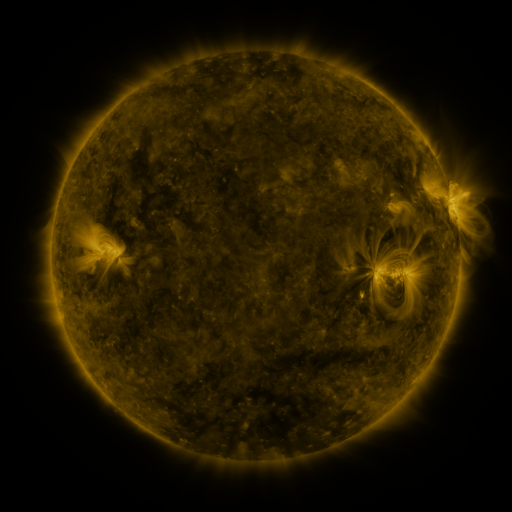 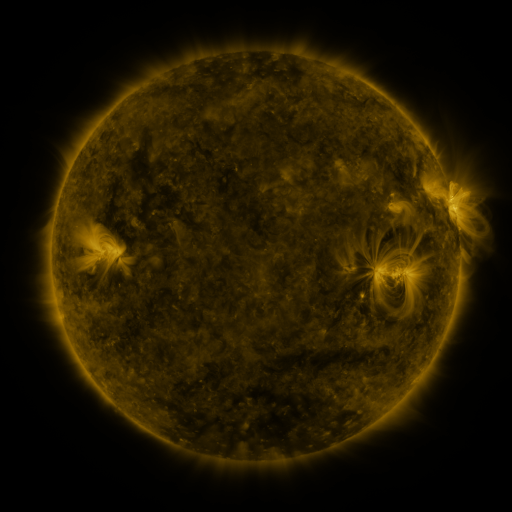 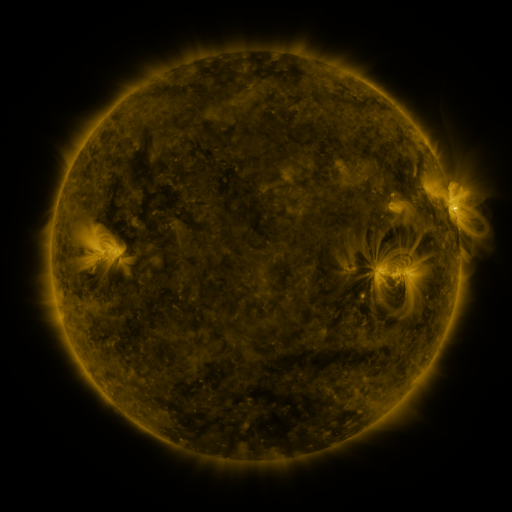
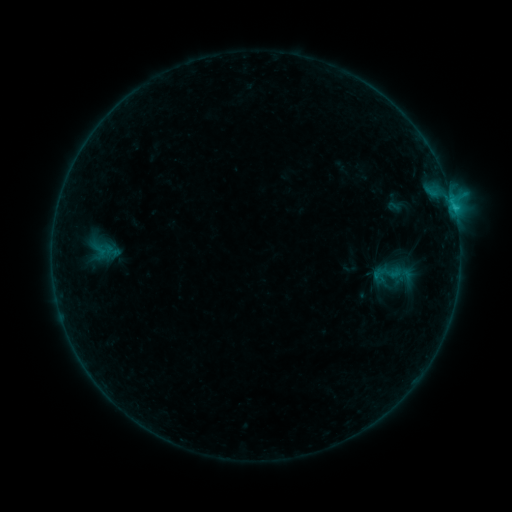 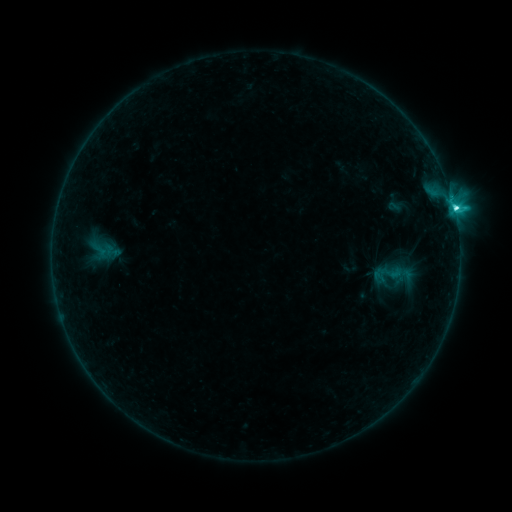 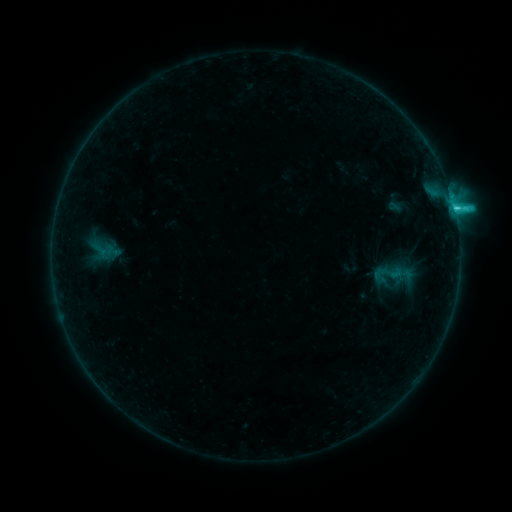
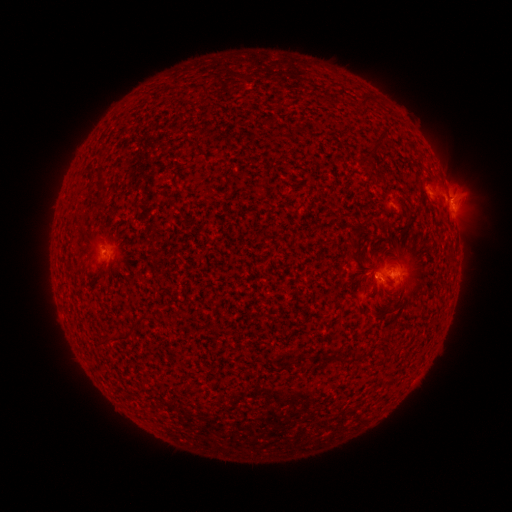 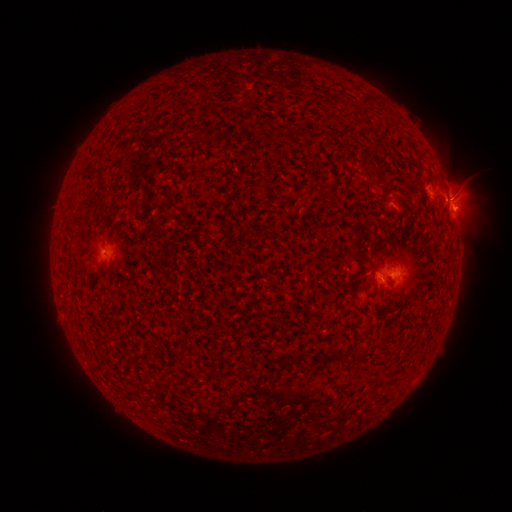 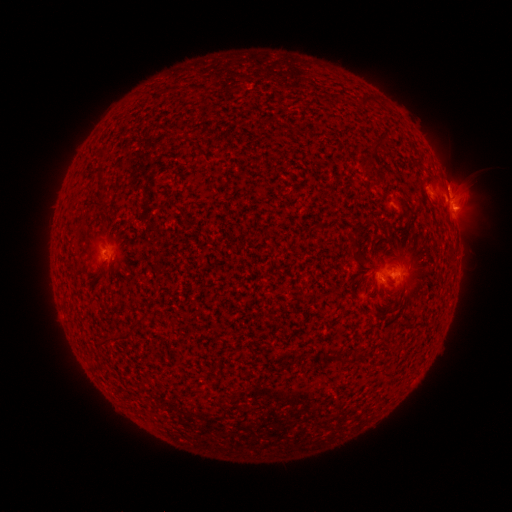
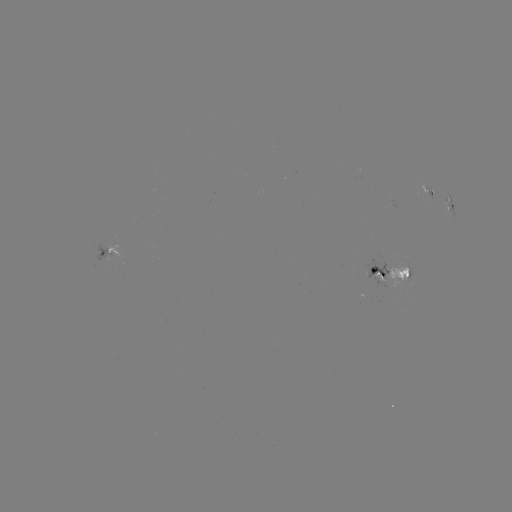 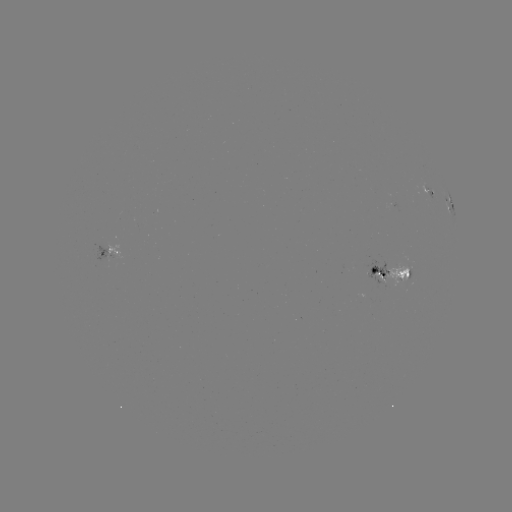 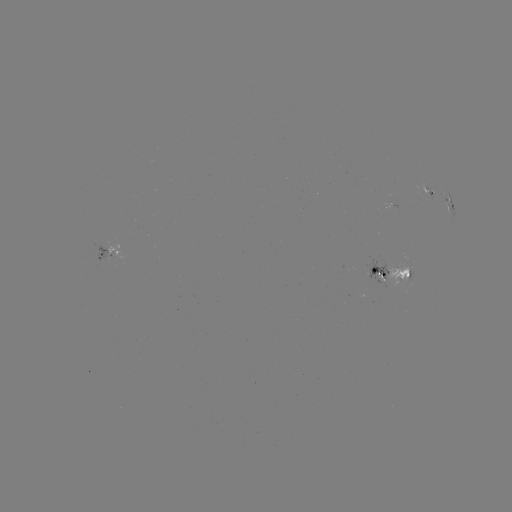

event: flare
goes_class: C3.7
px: (453, 209)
